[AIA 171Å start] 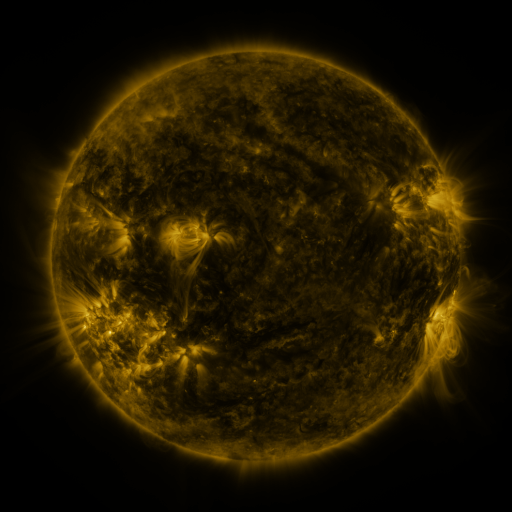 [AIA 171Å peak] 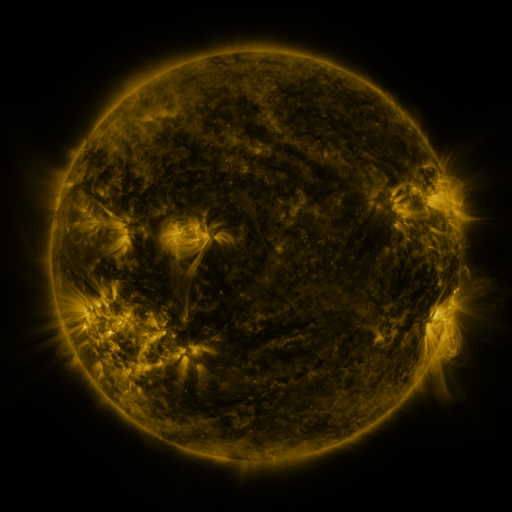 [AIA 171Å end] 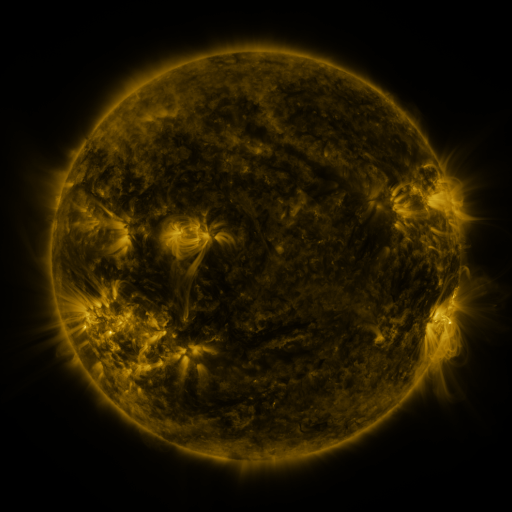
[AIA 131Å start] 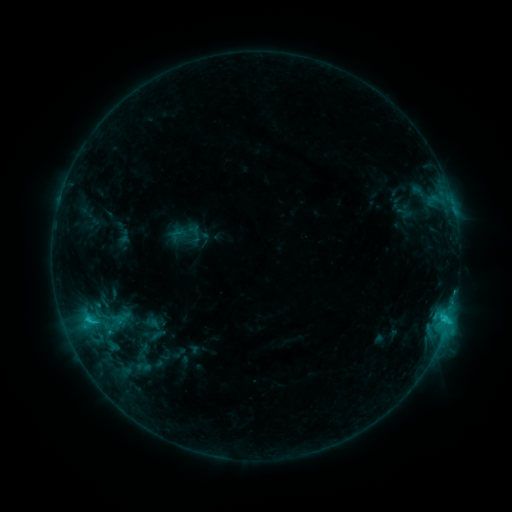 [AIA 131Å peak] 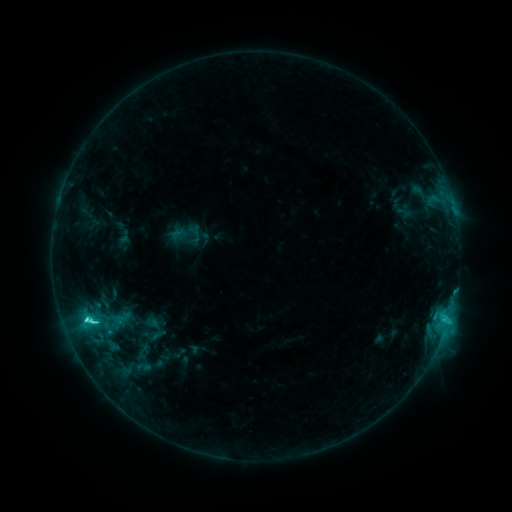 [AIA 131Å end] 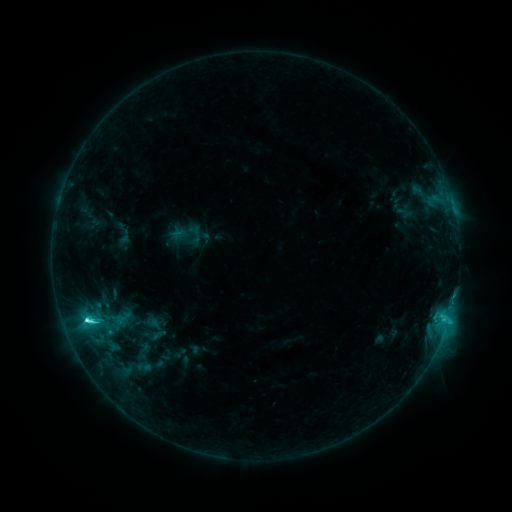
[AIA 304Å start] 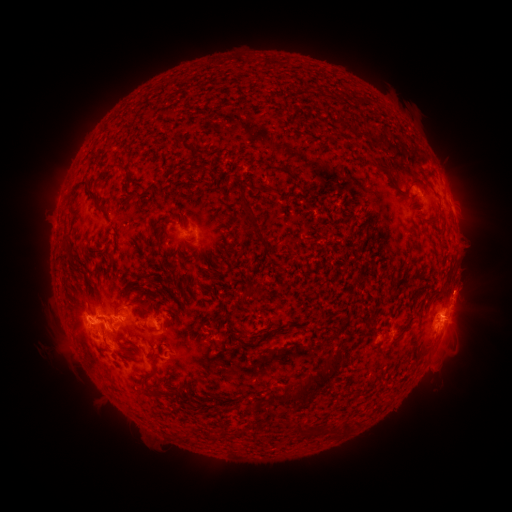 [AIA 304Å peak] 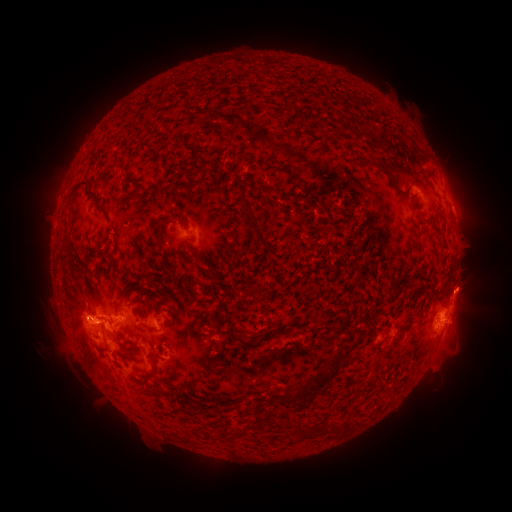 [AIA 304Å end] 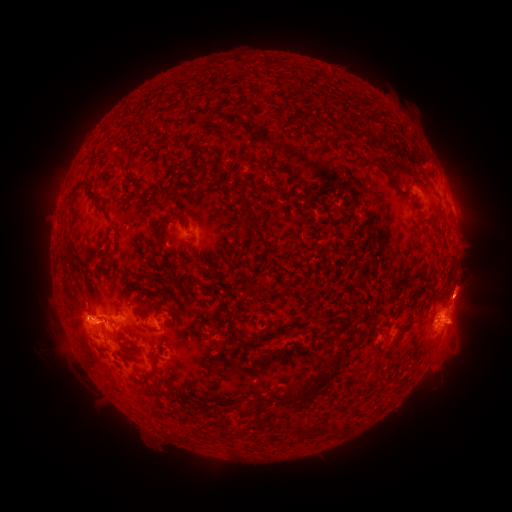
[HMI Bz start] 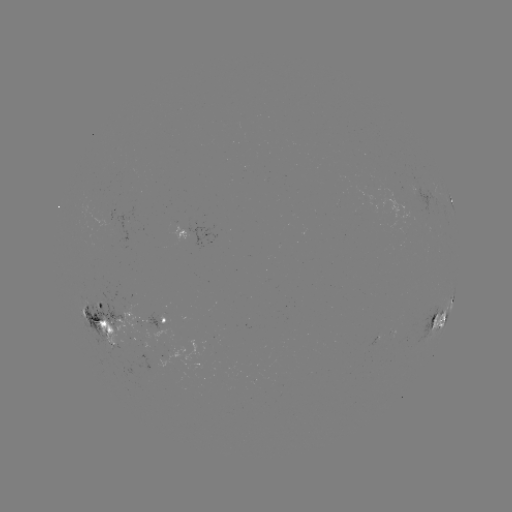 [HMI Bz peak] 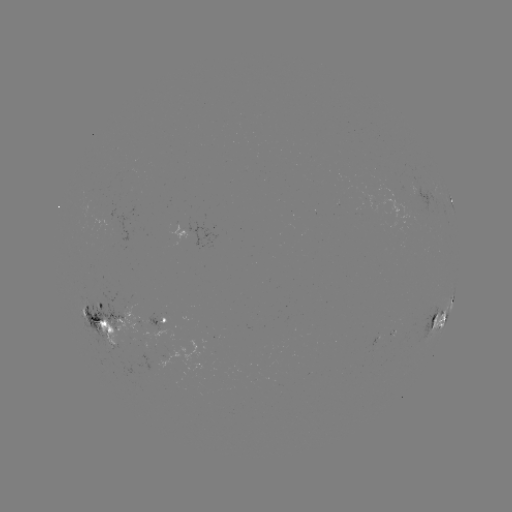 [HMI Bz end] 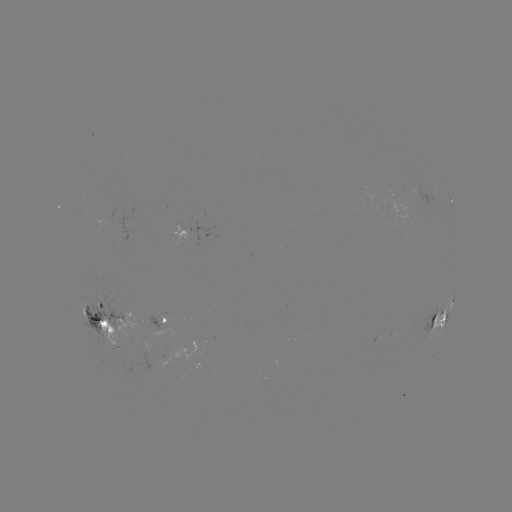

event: flare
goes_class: C6.1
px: (86, 318)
